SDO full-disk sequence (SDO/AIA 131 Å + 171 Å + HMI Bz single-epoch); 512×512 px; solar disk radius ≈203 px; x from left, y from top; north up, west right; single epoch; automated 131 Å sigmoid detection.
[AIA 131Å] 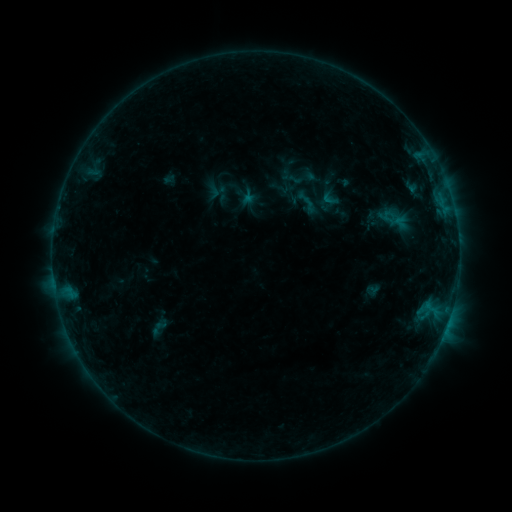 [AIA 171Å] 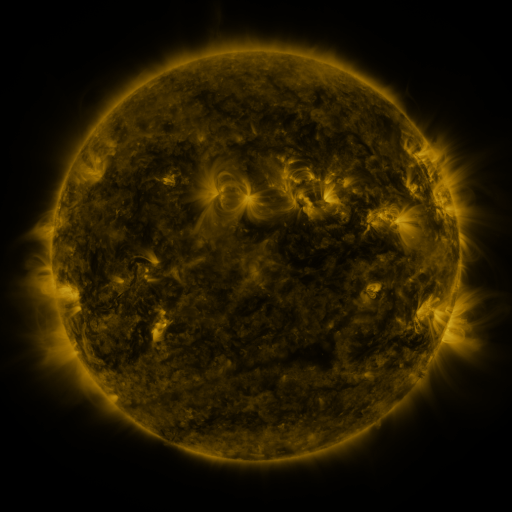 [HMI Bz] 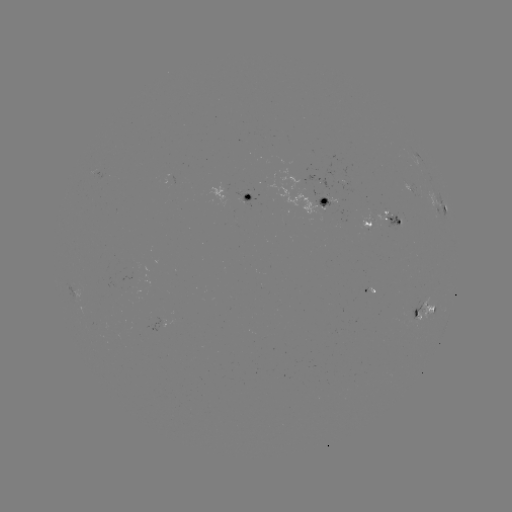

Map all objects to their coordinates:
sigmoid: (330, 199)
sigmoid: (307, 202)
sigmoid: (390, 217)
